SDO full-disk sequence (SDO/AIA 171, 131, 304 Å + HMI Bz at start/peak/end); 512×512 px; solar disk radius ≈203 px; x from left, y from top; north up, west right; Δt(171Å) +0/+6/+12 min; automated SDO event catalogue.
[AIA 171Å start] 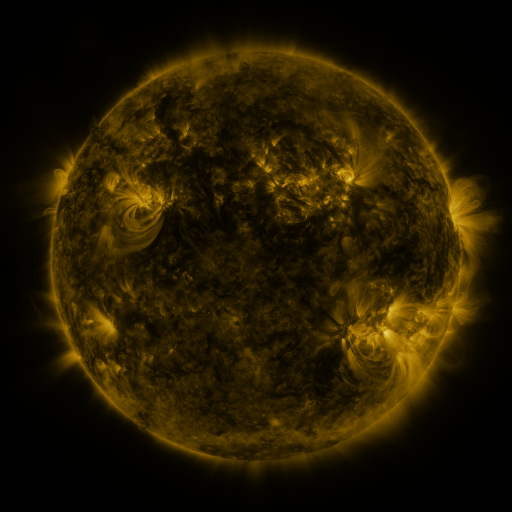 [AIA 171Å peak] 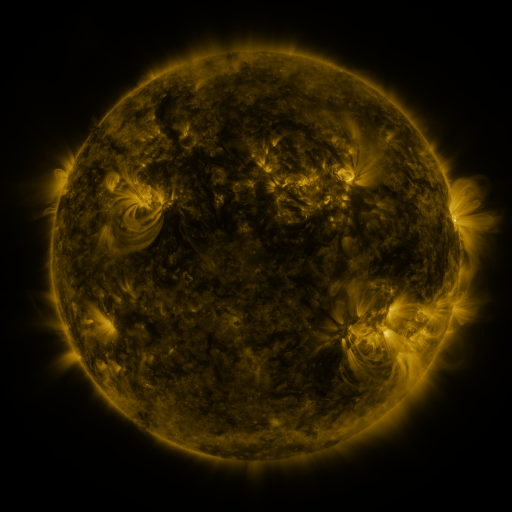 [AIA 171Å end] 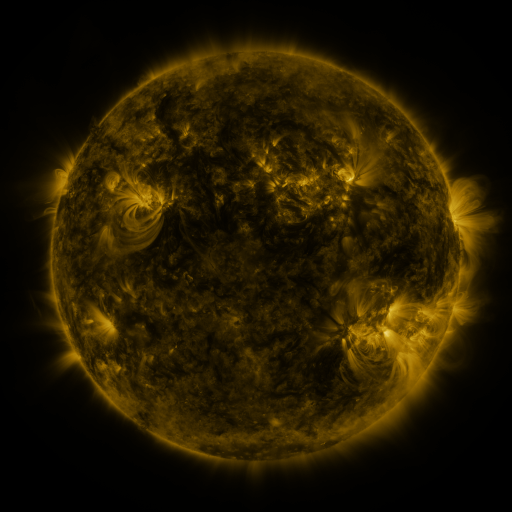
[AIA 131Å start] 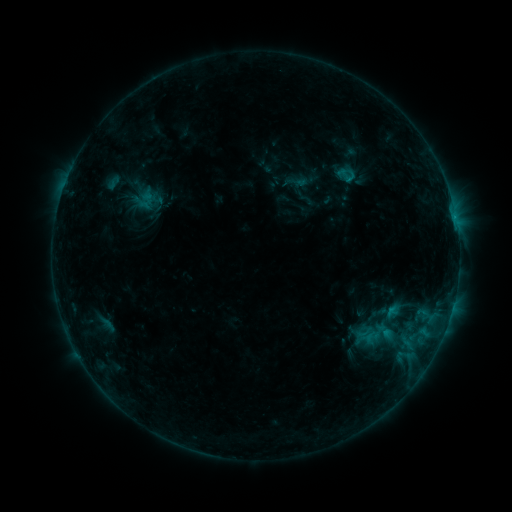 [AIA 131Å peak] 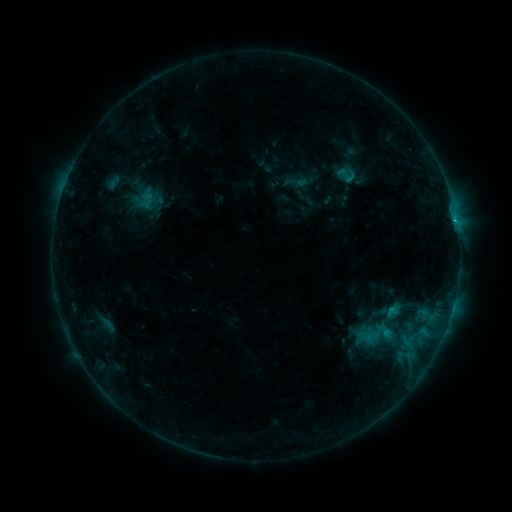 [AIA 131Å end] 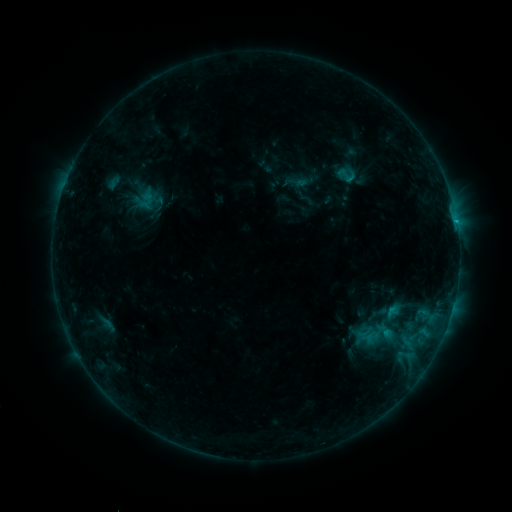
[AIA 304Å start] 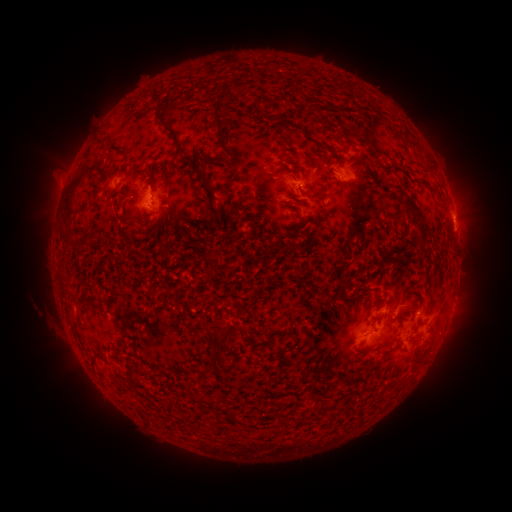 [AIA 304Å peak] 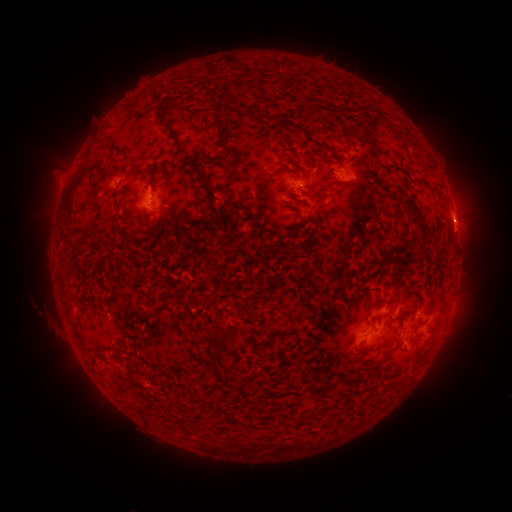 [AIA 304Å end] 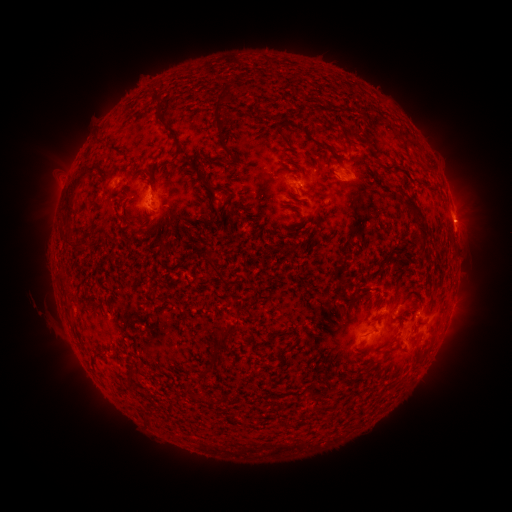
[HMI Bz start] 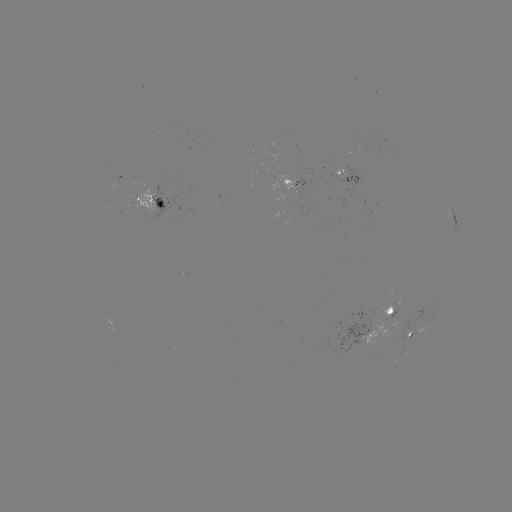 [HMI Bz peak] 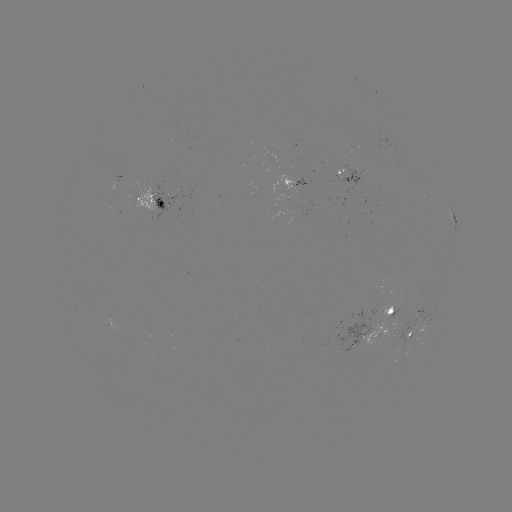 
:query C1.4 flare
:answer [455, 222]